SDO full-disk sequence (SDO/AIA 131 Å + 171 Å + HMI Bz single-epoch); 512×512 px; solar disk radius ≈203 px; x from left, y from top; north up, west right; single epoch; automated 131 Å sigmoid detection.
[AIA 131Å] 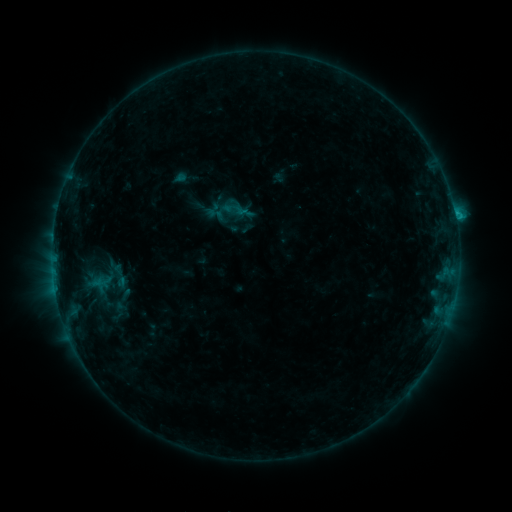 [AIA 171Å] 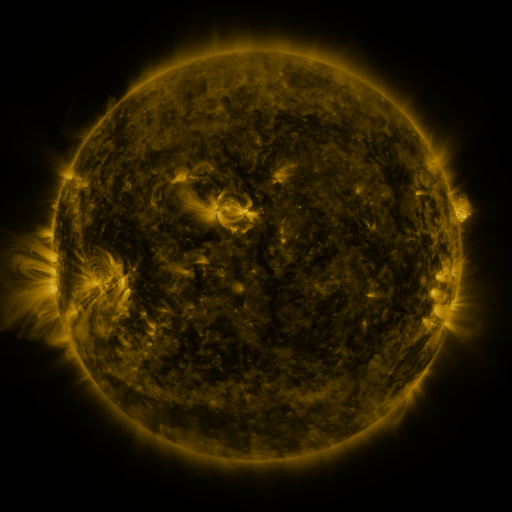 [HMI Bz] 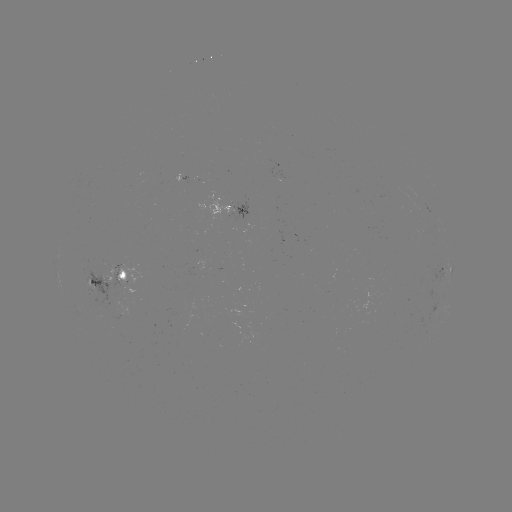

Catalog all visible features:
sigmoid: (233, 209)
sigmoid: (215, 214)
sigmoid: (120, 275)
